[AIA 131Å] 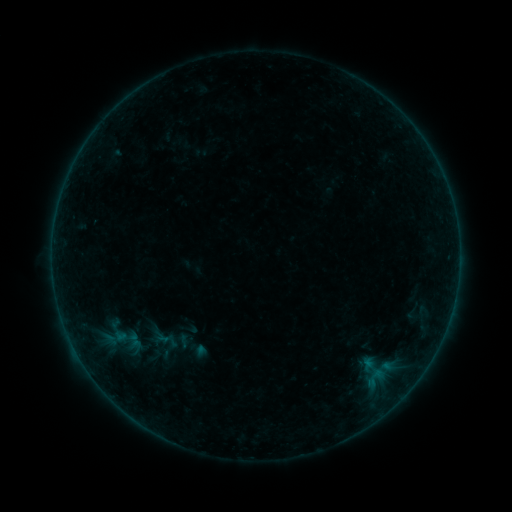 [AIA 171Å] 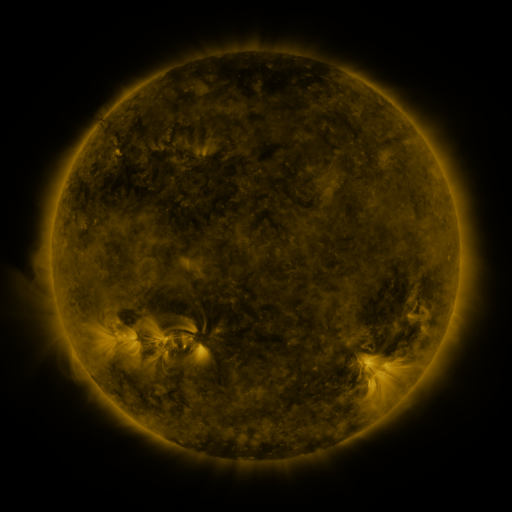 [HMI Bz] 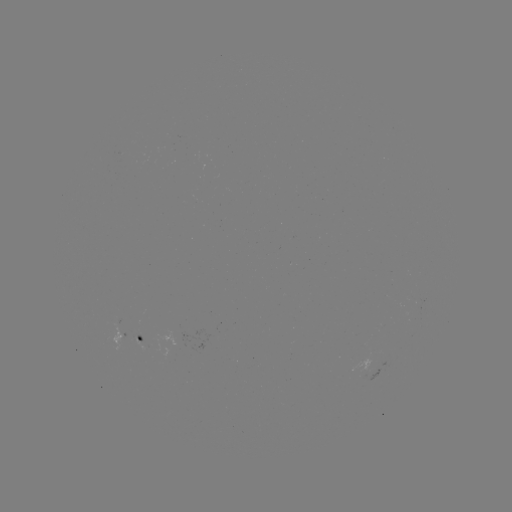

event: sigmoid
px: (134, 341)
